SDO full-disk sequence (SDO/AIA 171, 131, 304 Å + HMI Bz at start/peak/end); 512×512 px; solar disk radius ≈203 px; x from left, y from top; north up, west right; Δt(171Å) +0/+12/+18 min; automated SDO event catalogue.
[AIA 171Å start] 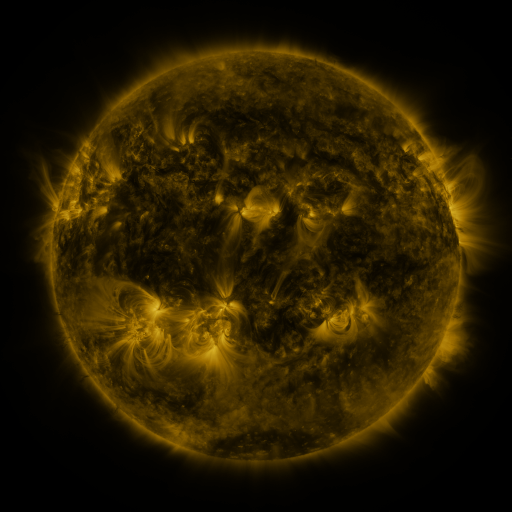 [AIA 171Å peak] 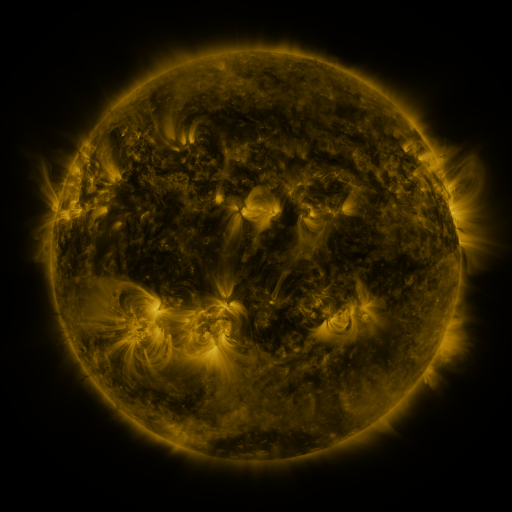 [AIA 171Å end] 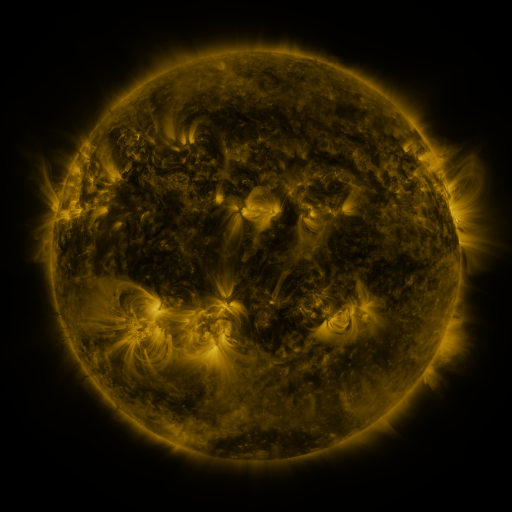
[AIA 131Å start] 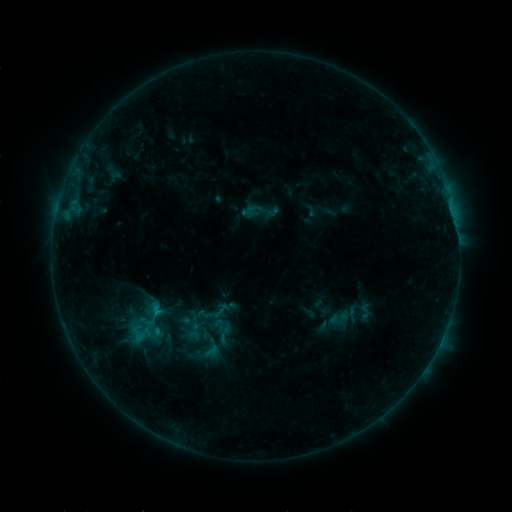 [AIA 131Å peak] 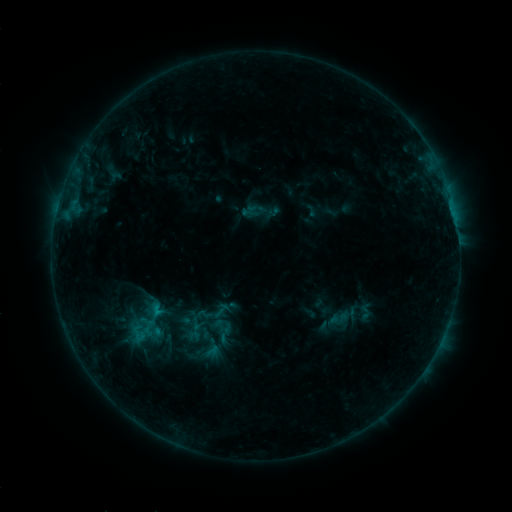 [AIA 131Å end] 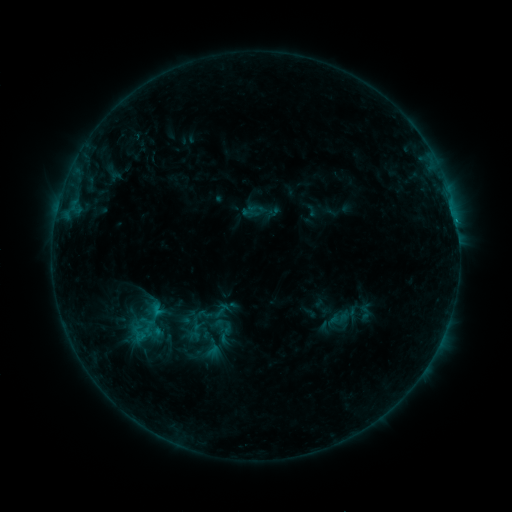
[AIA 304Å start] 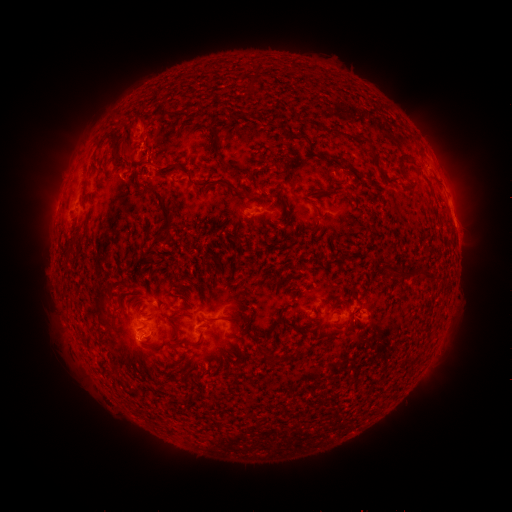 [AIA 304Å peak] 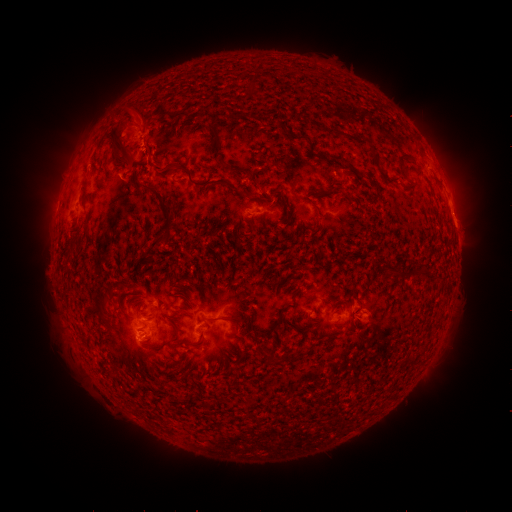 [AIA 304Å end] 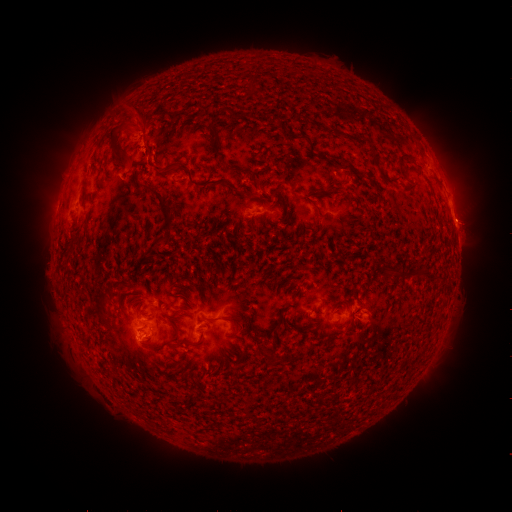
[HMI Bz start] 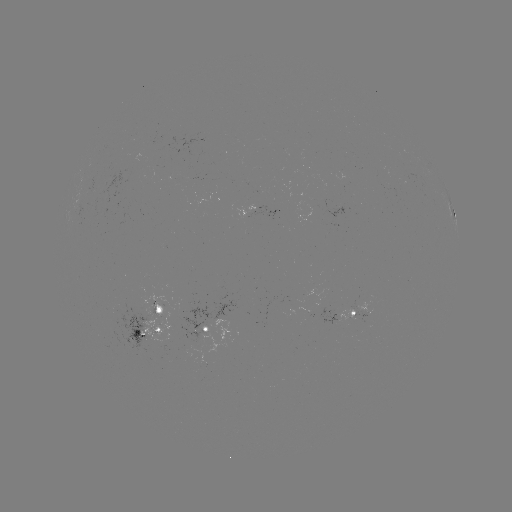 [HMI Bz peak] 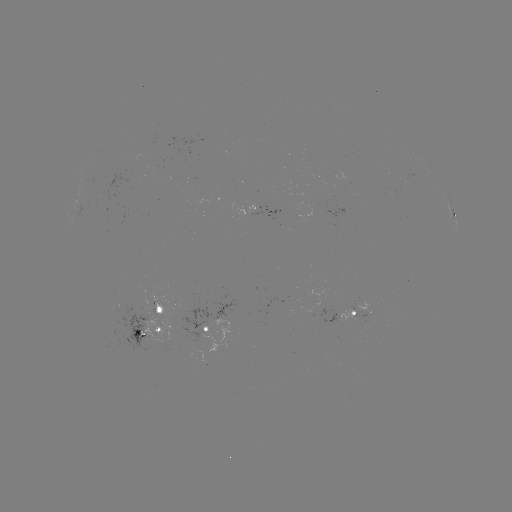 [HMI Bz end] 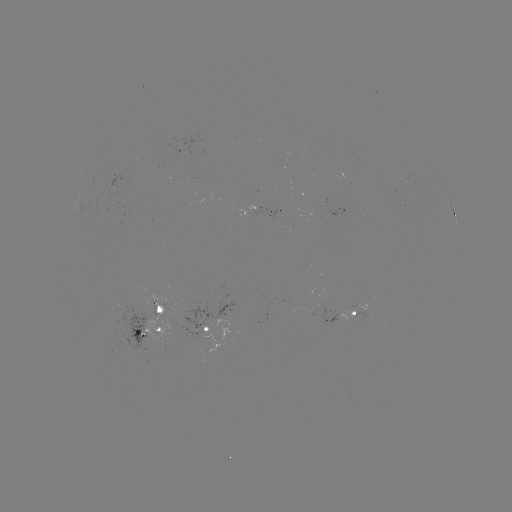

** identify eruption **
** (129, 123) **